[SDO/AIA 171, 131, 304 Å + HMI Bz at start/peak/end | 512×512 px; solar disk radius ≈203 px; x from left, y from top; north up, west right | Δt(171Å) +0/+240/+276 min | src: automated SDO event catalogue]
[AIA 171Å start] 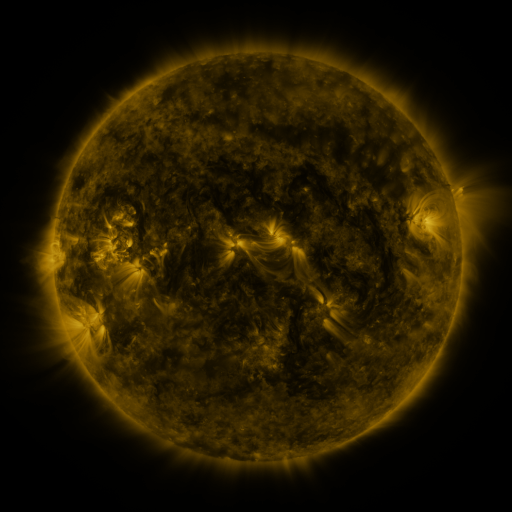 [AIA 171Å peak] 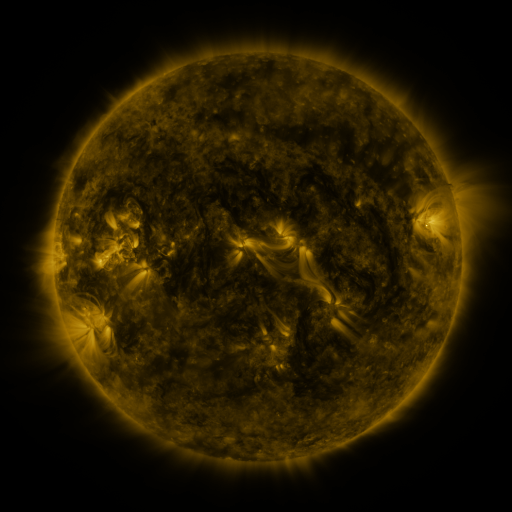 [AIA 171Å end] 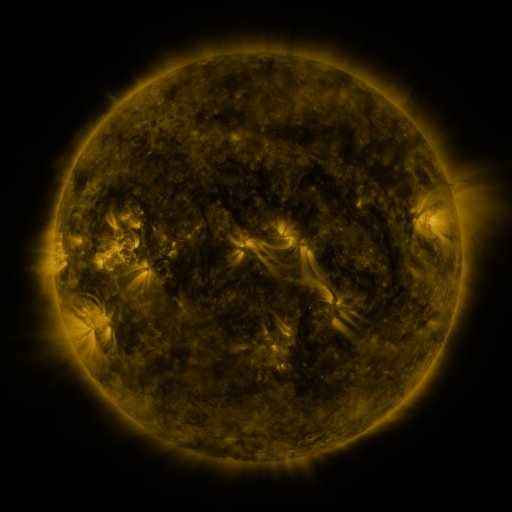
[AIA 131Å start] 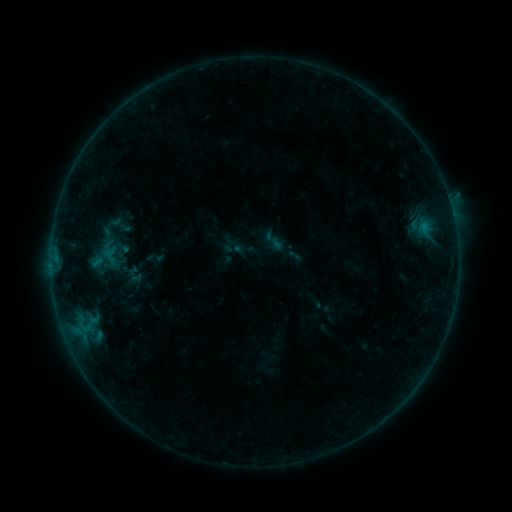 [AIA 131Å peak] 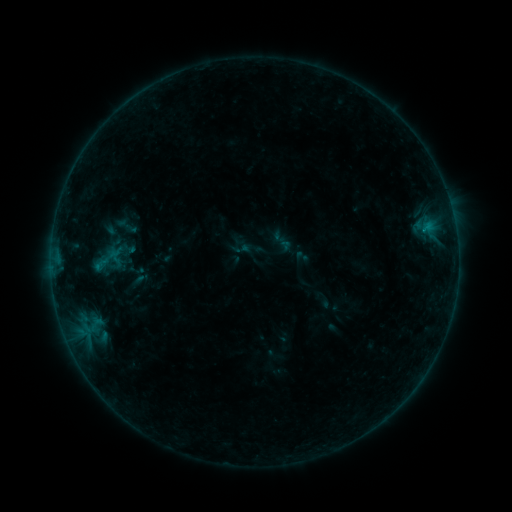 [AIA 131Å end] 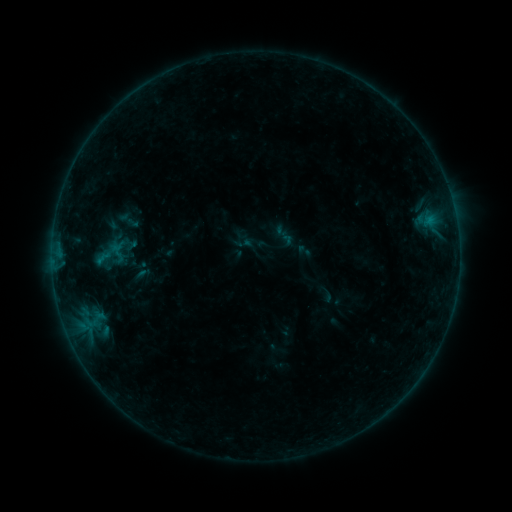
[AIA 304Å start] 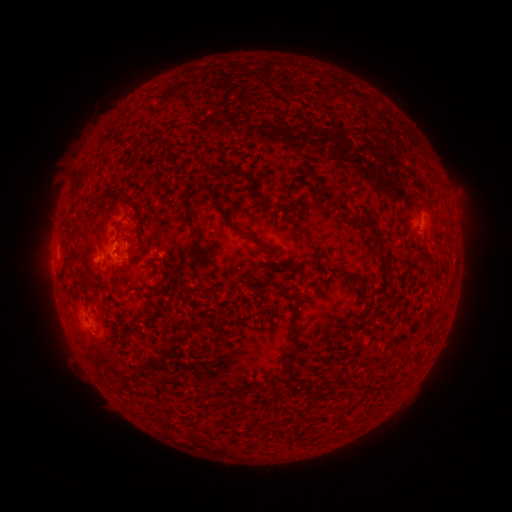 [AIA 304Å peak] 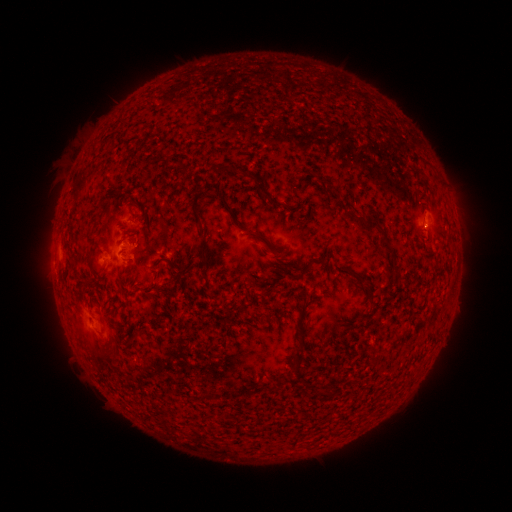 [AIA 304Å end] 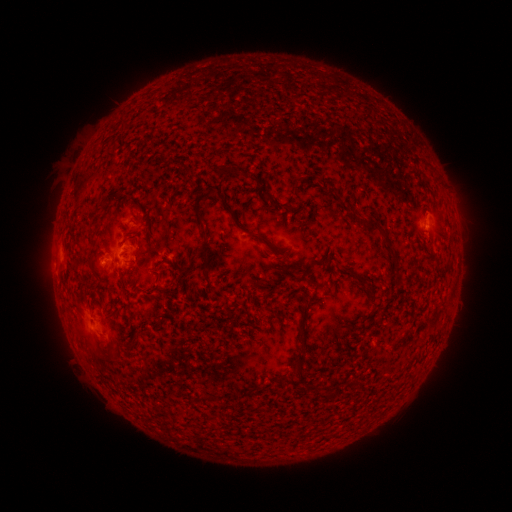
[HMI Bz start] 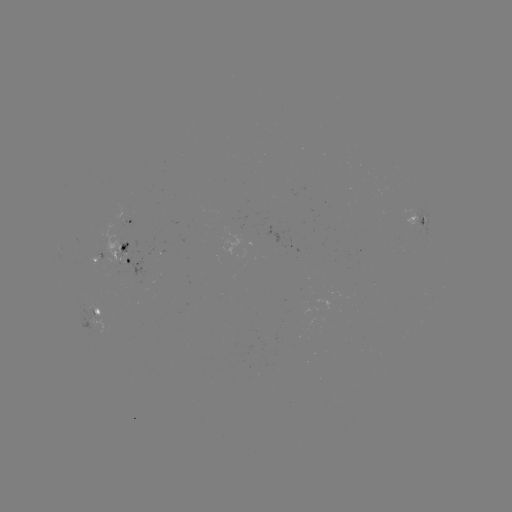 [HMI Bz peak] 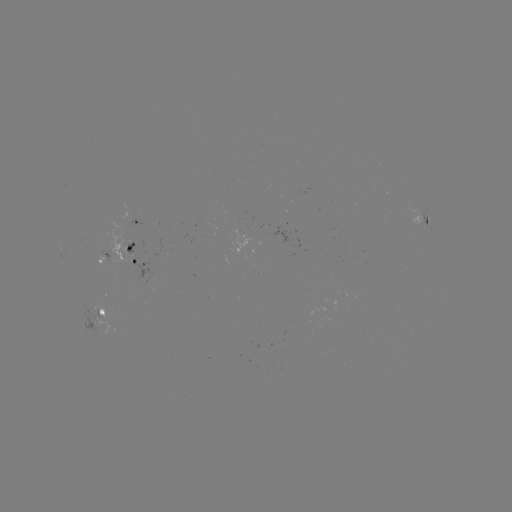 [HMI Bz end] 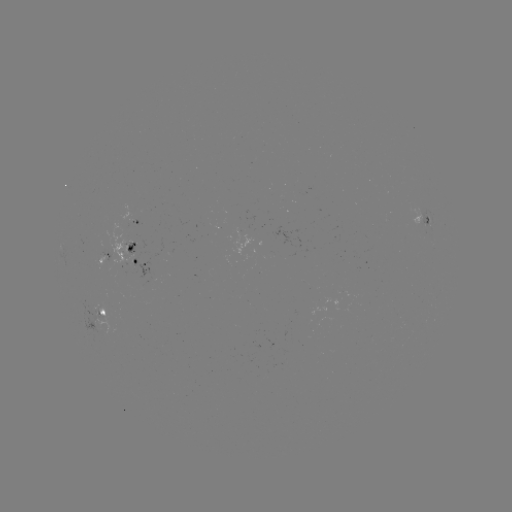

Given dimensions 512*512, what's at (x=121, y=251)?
emerging-flux region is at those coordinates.